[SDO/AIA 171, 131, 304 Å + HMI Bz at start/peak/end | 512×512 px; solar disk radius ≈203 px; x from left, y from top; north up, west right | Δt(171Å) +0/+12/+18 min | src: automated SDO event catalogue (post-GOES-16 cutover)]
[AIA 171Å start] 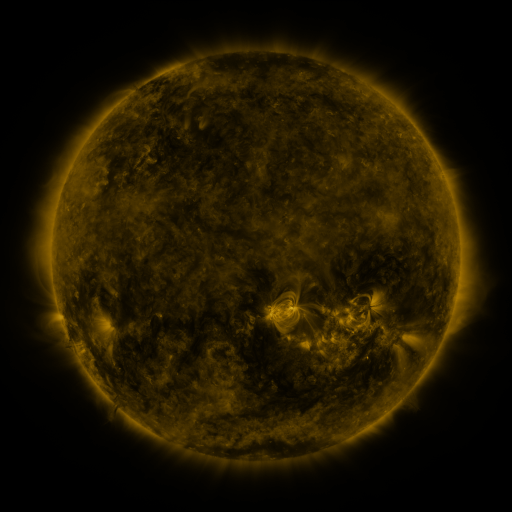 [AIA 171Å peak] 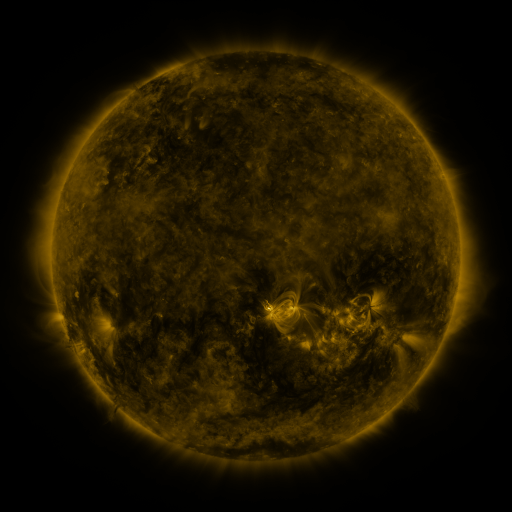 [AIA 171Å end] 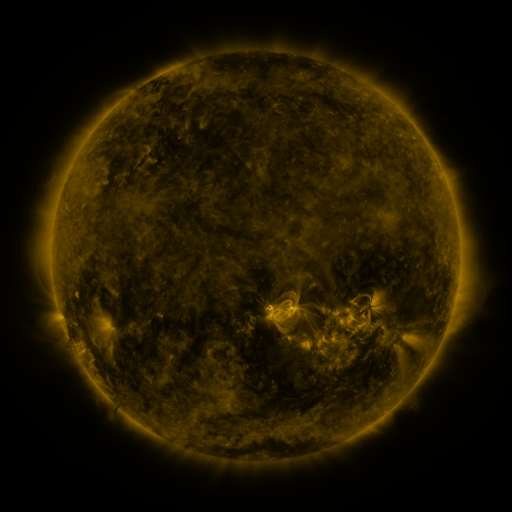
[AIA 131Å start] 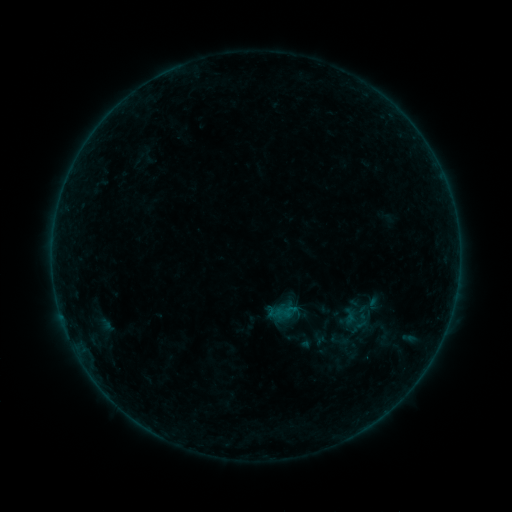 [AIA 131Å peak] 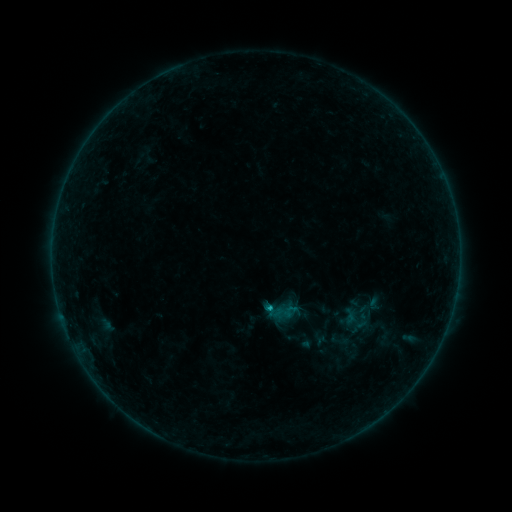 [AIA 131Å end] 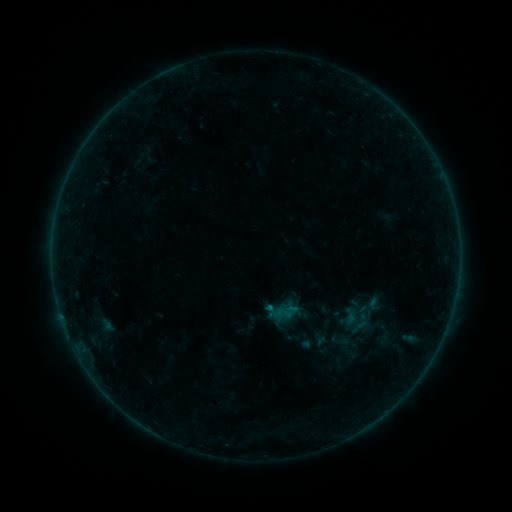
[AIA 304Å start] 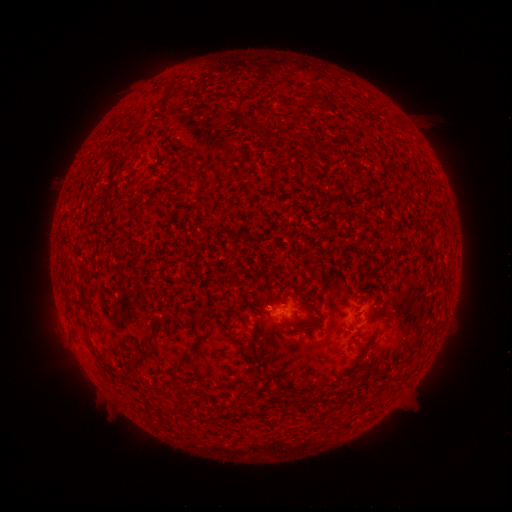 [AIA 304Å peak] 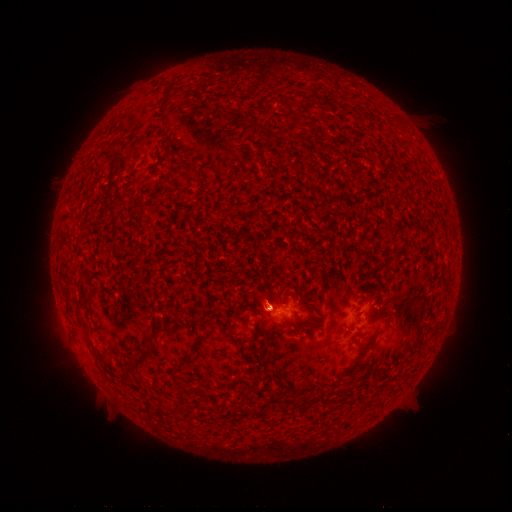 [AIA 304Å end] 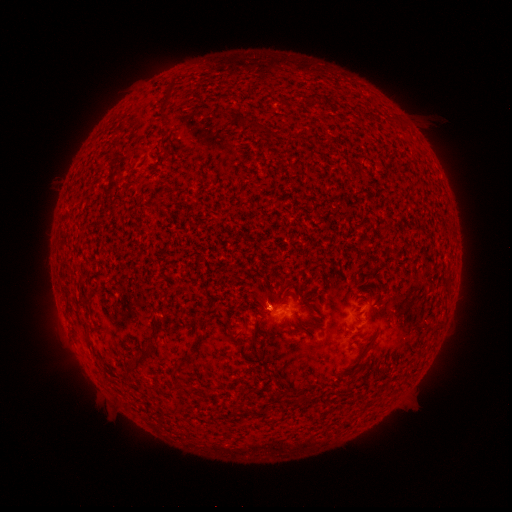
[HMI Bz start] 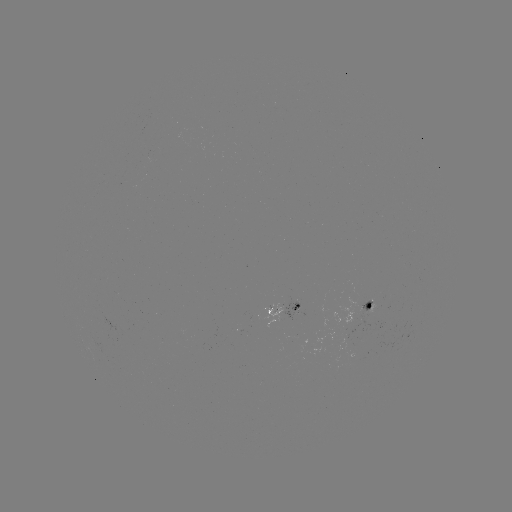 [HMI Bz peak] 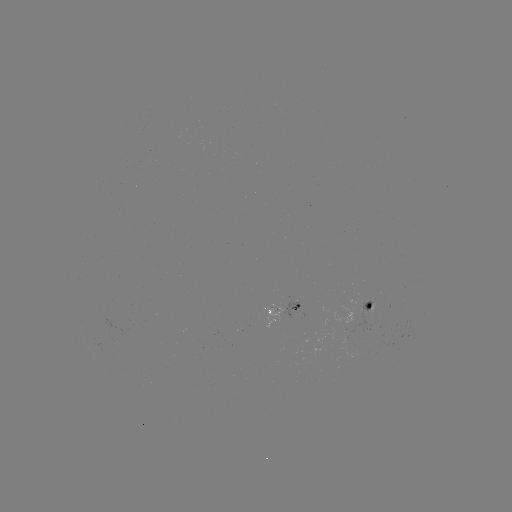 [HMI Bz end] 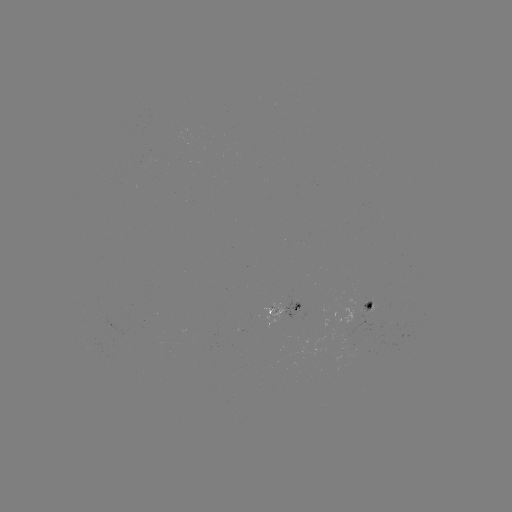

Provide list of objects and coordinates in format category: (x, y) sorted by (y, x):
B6.6 flare: (269, 306)
